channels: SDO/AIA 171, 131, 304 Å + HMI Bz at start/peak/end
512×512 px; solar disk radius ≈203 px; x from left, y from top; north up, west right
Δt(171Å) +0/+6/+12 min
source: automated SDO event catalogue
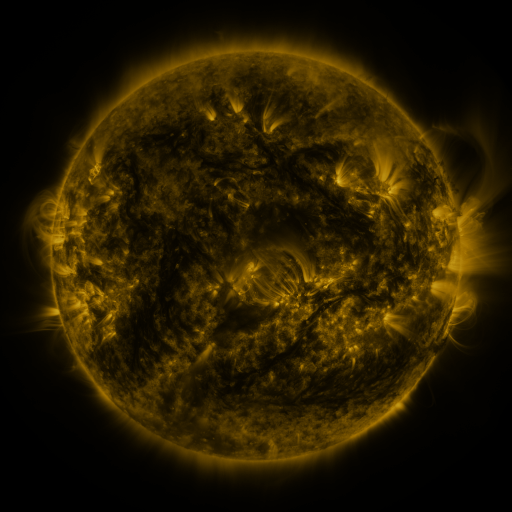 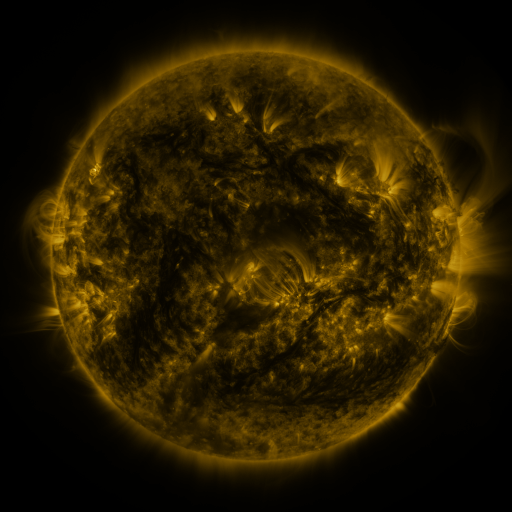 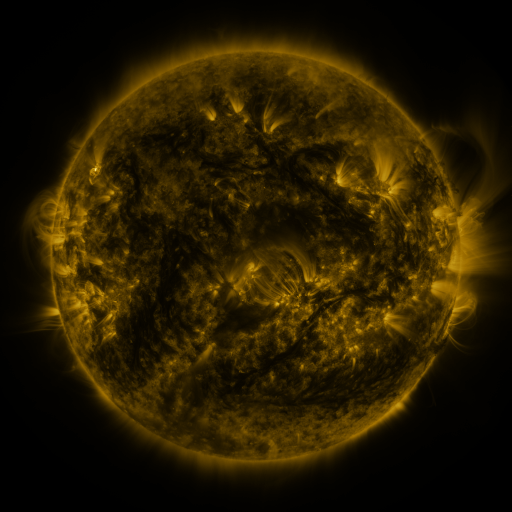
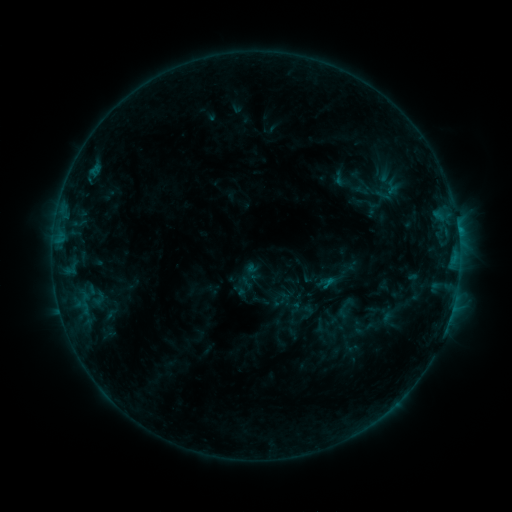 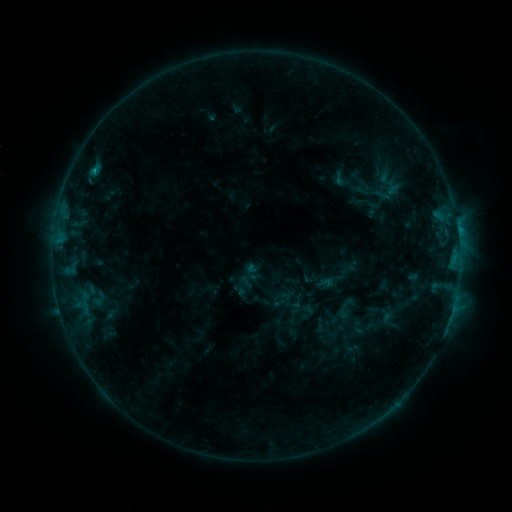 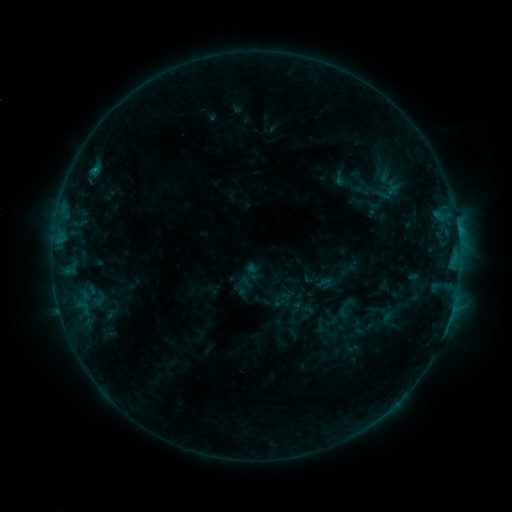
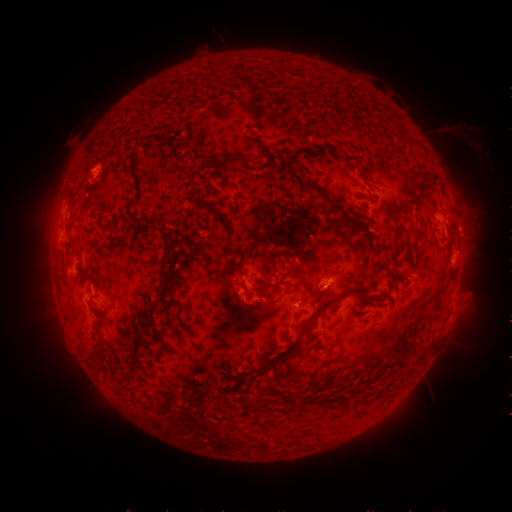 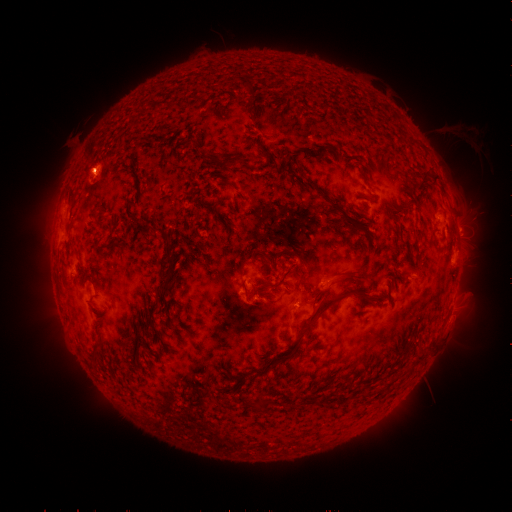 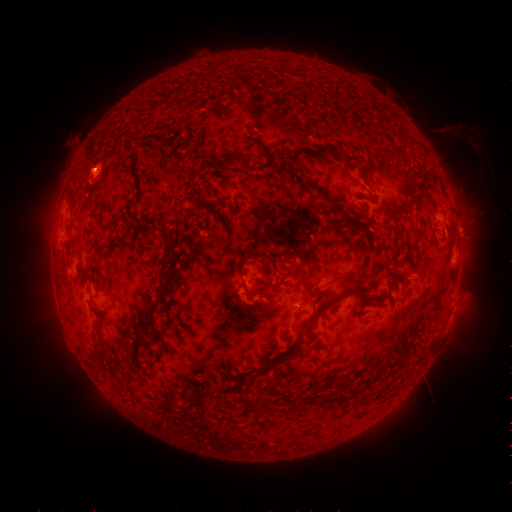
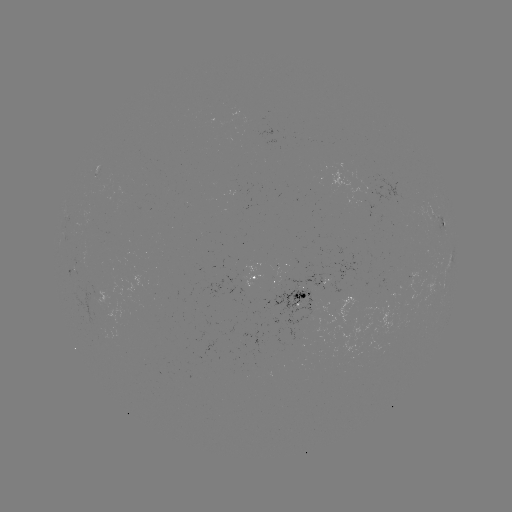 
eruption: <bbox>66, 143, 116, 197</bbox>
